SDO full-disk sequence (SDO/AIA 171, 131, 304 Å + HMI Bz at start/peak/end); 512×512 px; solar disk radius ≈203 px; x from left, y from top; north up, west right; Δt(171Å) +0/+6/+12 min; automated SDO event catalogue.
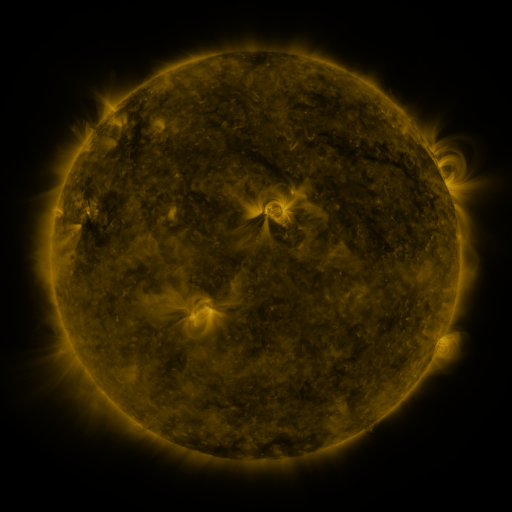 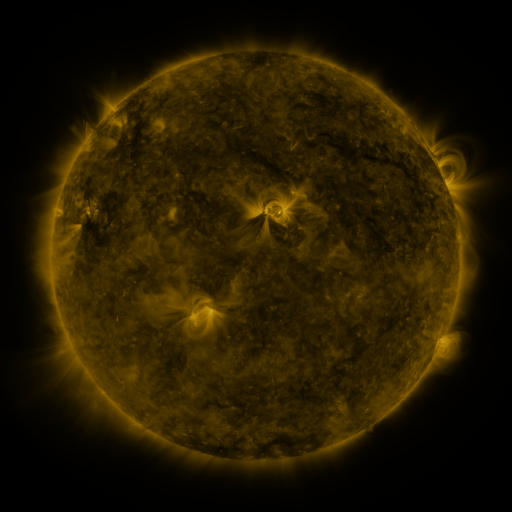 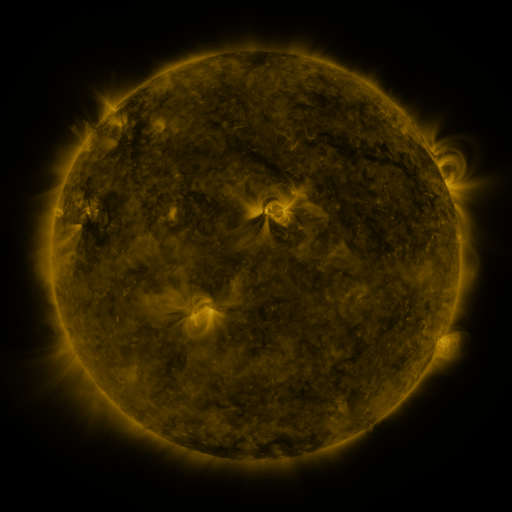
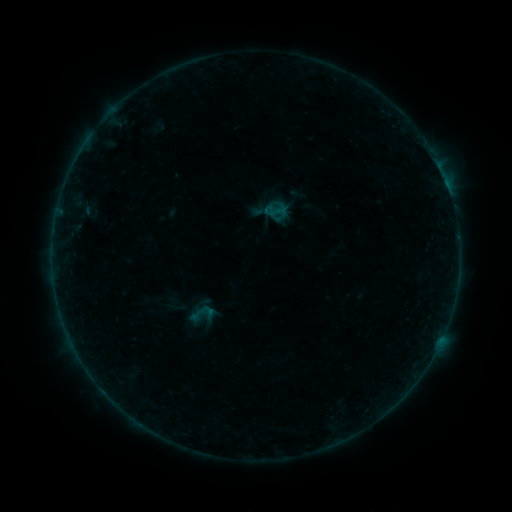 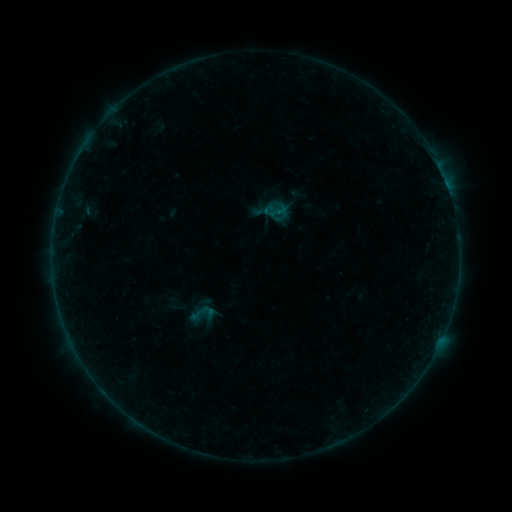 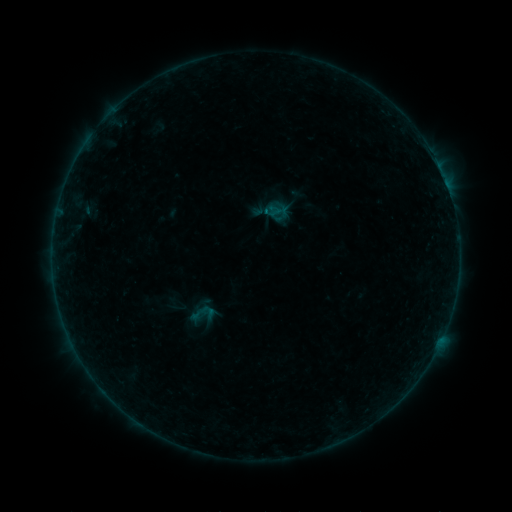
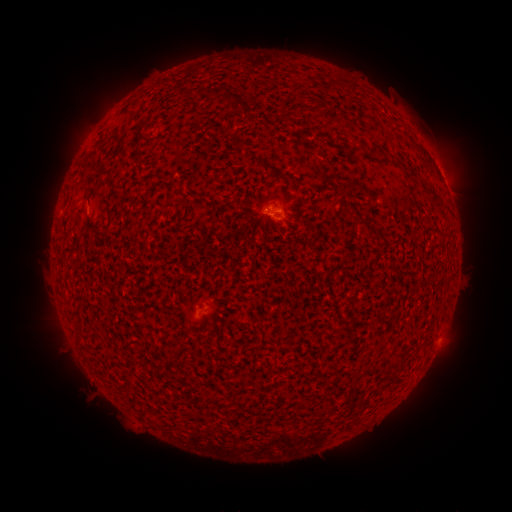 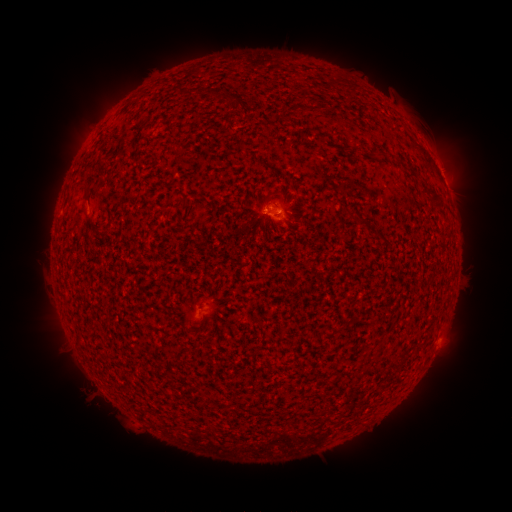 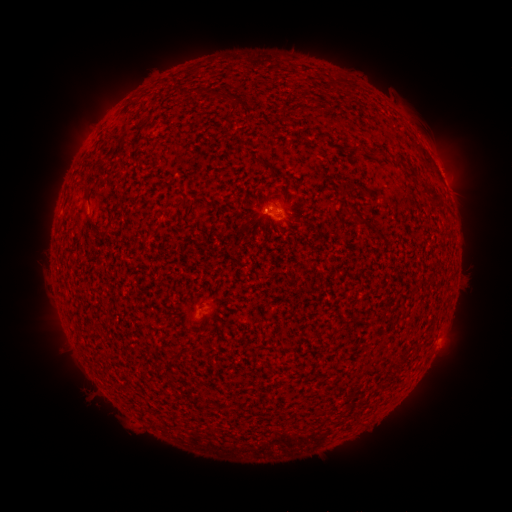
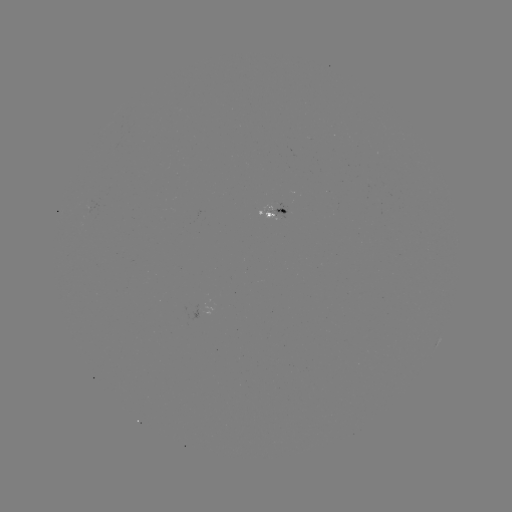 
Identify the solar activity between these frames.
B1.6 flare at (266, 217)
